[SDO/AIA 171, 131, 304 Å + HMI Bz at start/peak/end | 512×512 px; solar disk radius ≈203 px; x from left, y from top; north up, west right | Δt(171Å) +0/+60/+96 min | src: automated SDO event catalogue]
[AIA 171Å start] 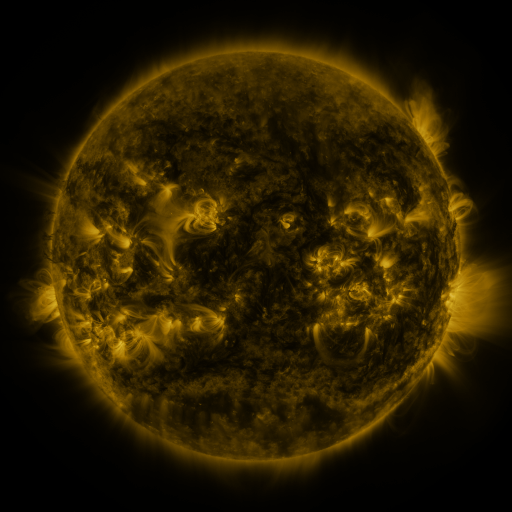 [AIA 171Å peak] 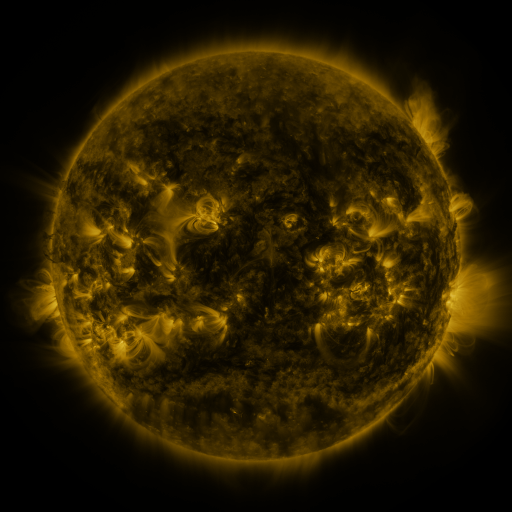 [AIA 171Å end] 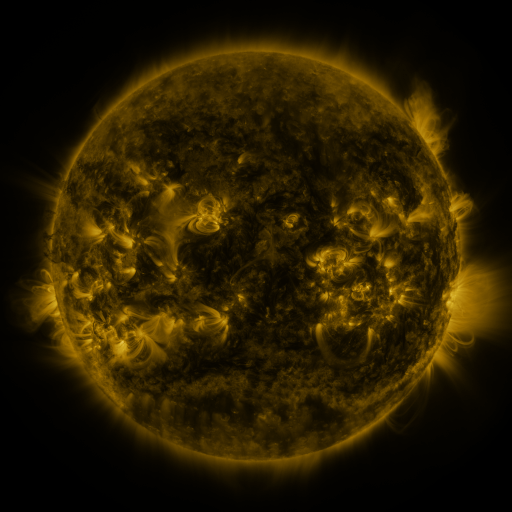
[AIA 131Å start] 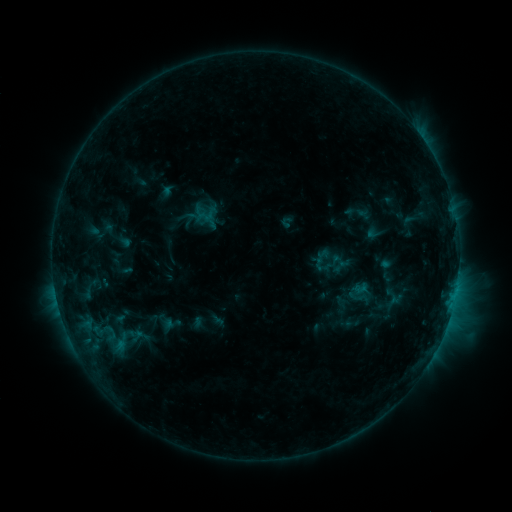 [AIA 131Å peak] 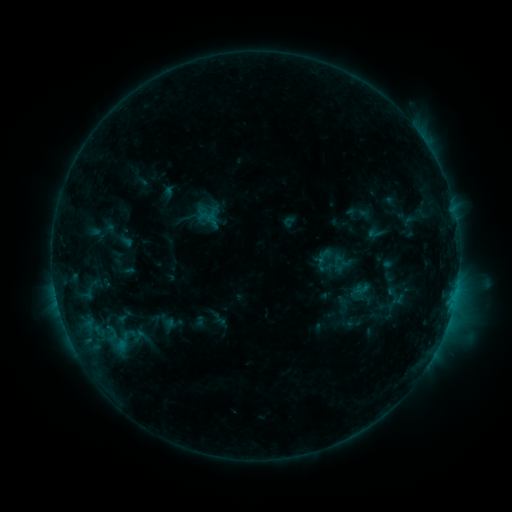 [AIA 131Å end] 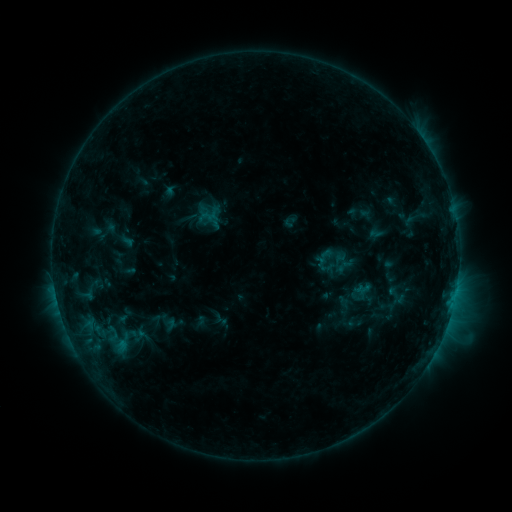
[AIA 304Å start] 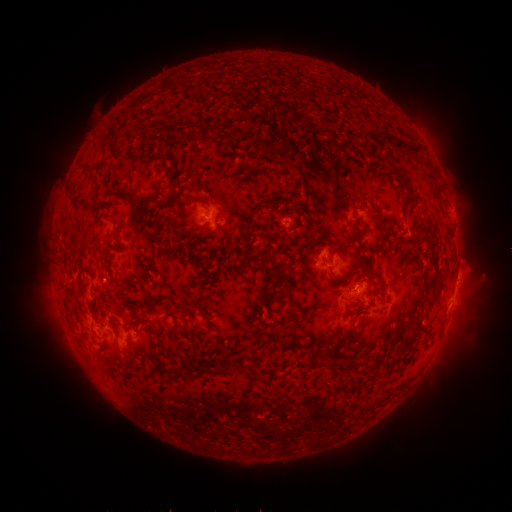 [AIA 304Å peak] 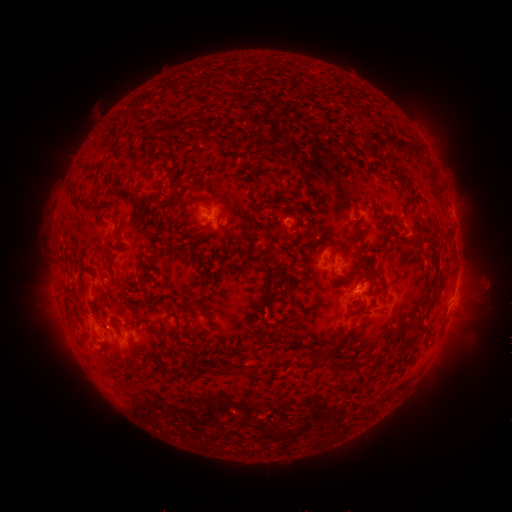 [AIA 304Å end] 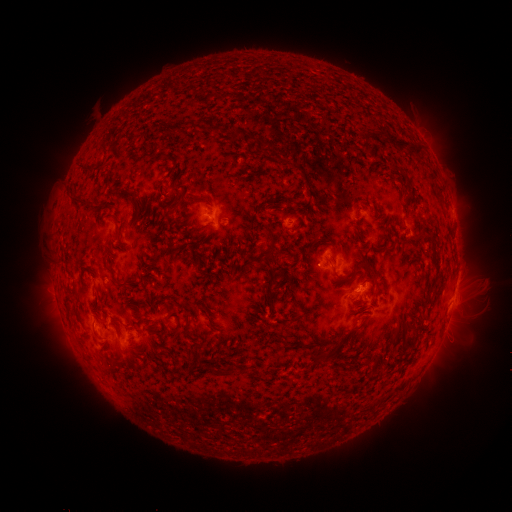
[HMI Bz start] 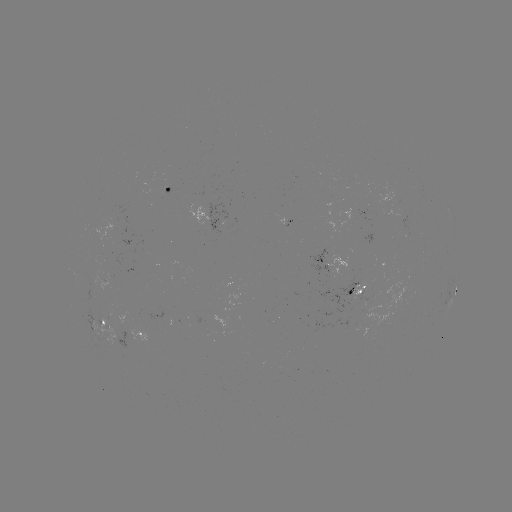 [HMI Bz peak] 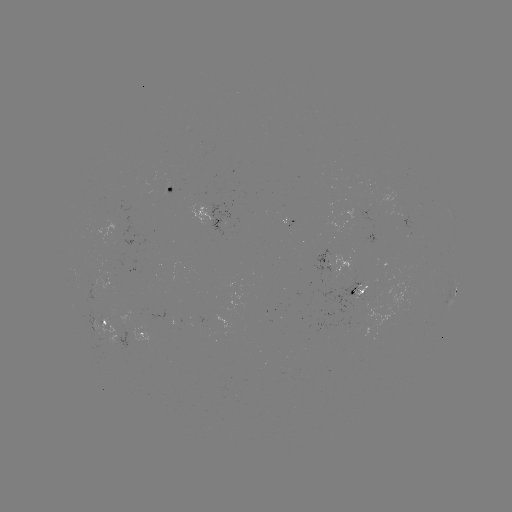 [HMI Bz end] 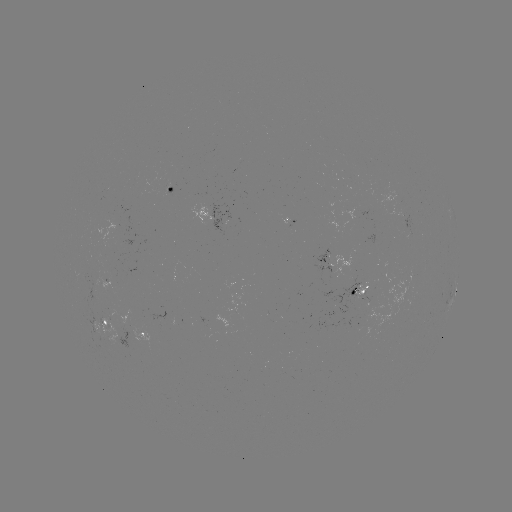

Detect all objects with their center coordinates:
emerging-flux region: (378, 300)
